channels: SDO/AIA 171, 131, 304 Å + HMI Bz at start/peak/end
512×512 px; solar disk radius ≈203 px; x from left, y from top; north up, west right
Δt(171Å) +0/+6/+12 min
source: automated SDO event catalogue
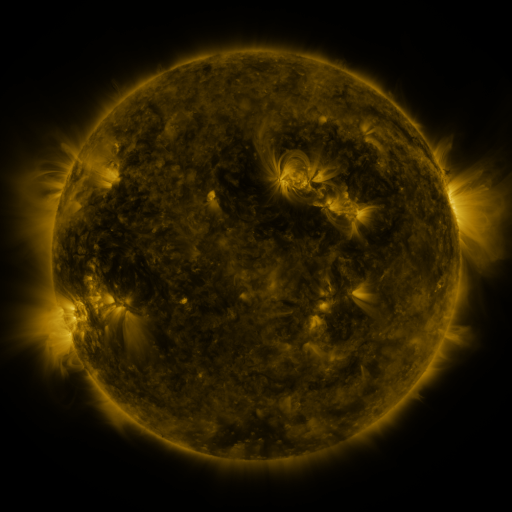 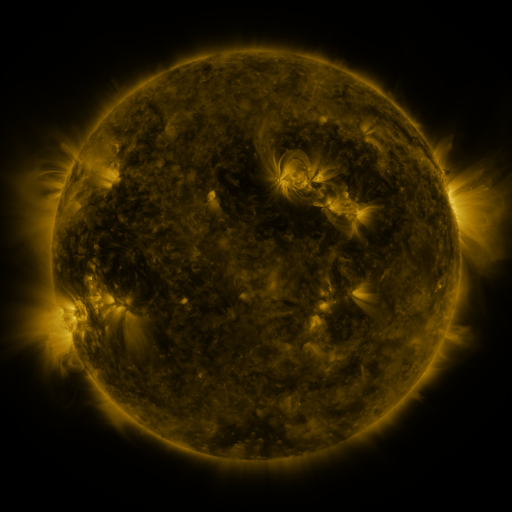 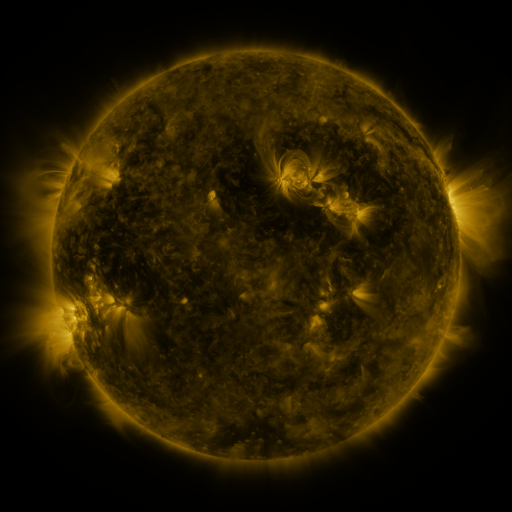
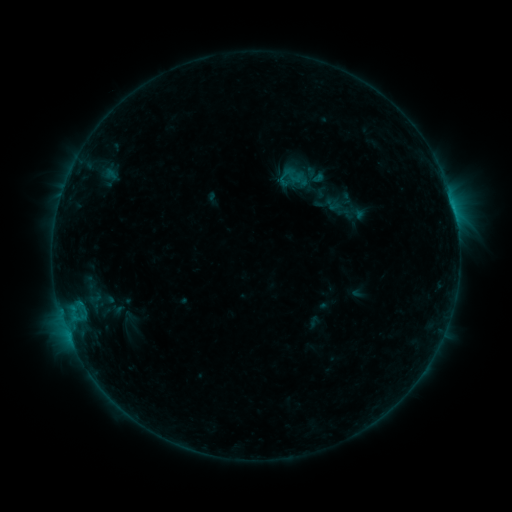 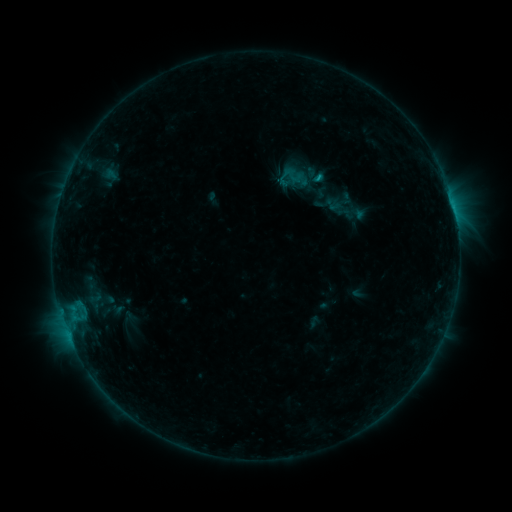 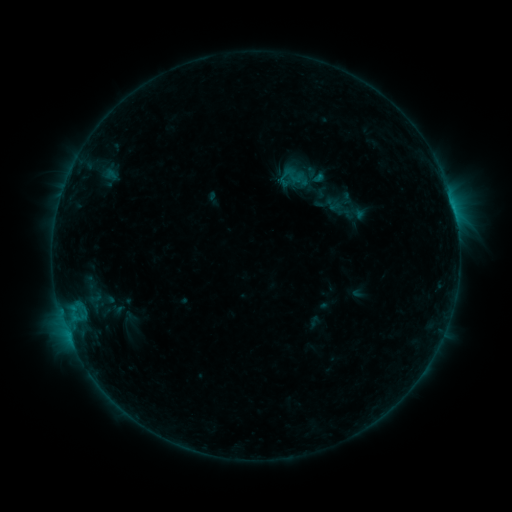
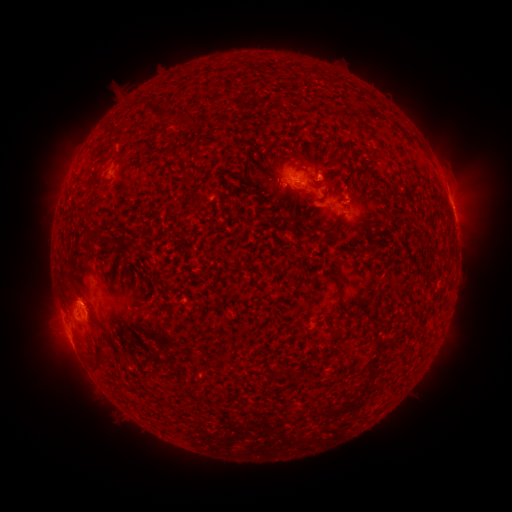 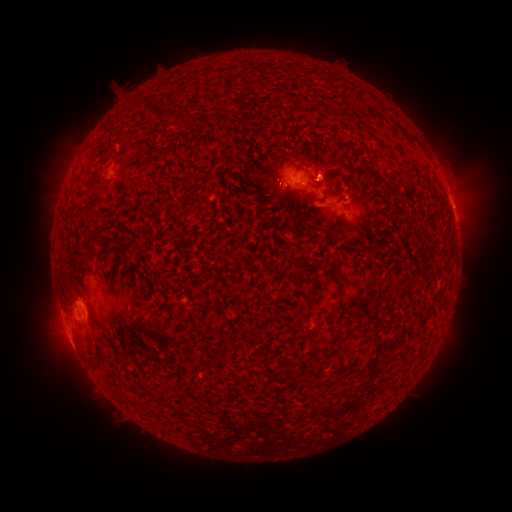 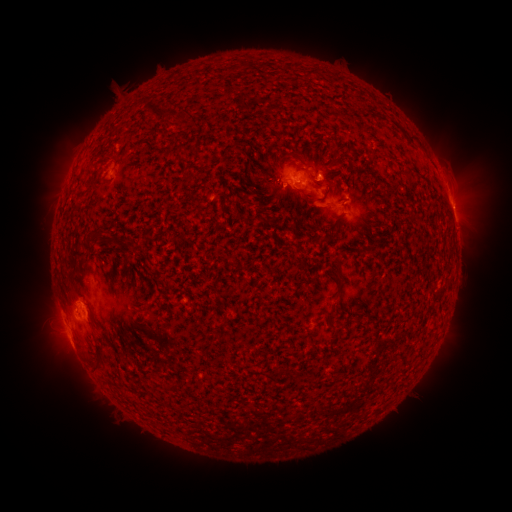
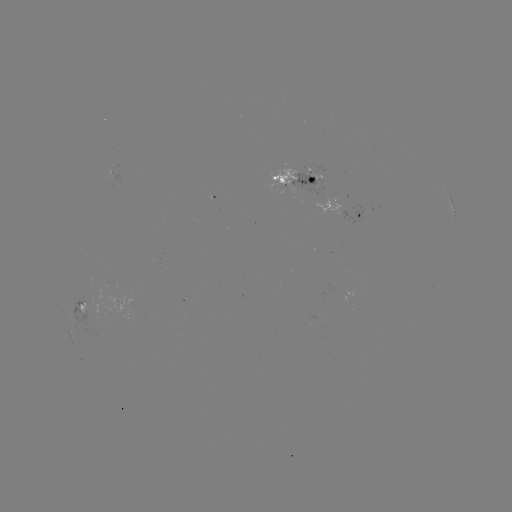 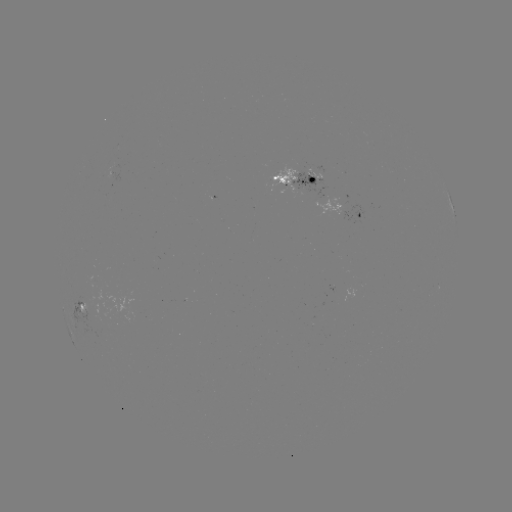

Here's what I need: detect B6.7 flare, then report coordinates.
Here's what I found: B6.7 flare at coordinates (322, 176).